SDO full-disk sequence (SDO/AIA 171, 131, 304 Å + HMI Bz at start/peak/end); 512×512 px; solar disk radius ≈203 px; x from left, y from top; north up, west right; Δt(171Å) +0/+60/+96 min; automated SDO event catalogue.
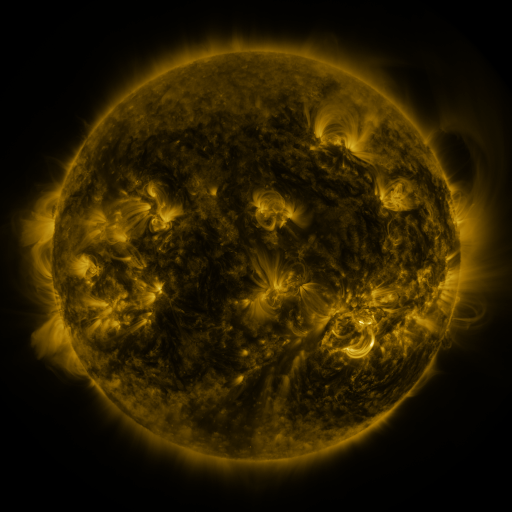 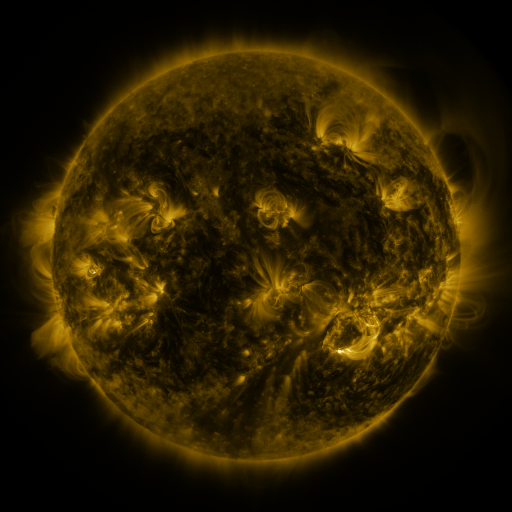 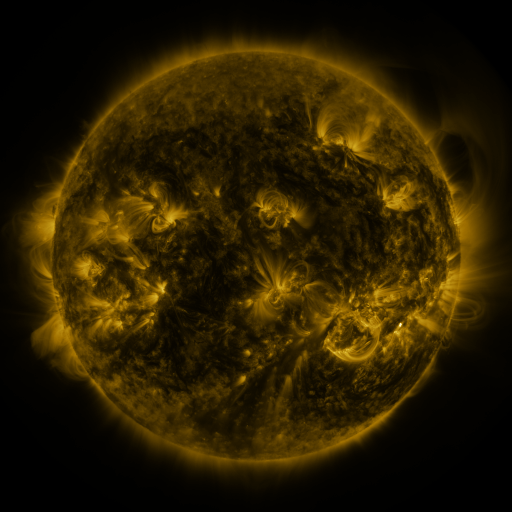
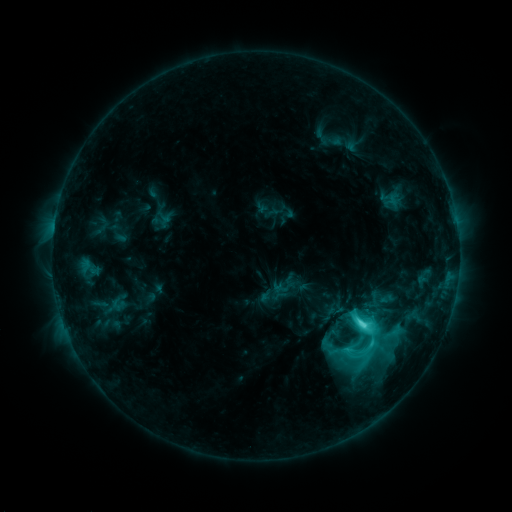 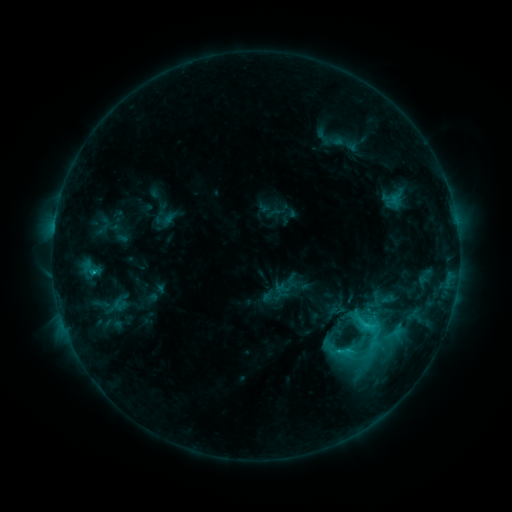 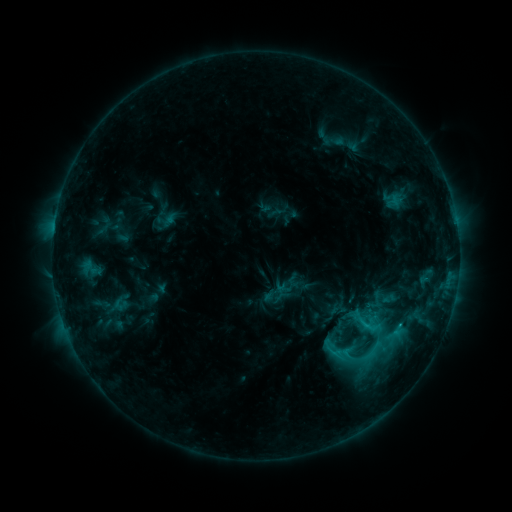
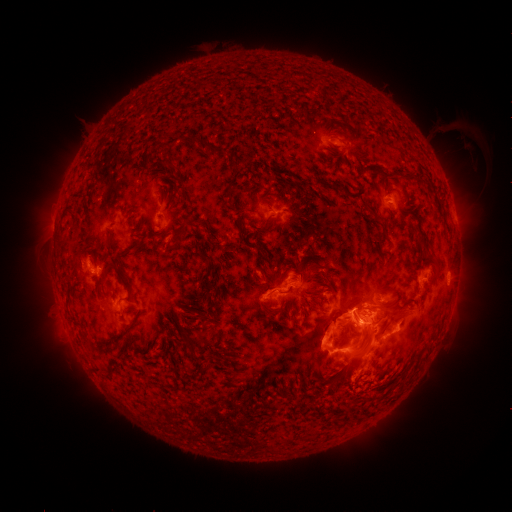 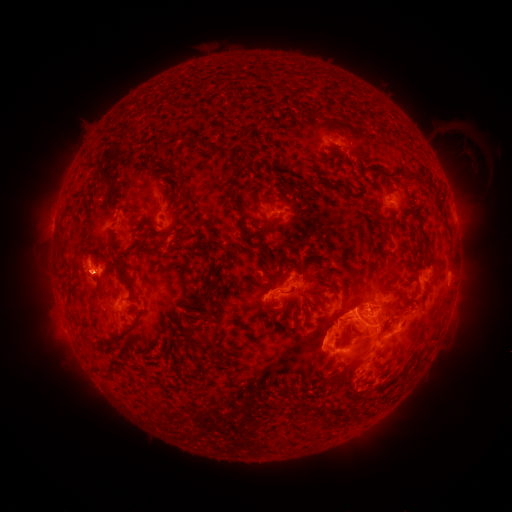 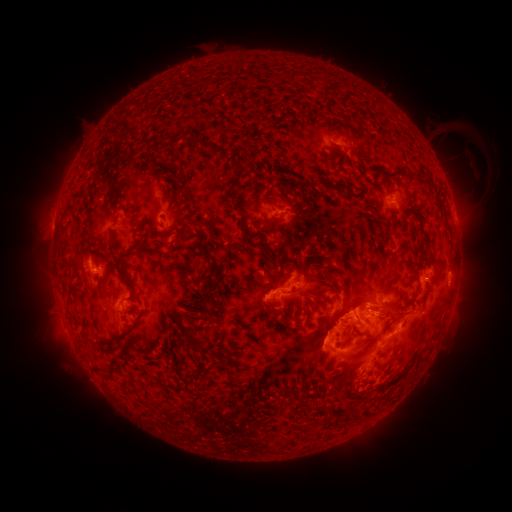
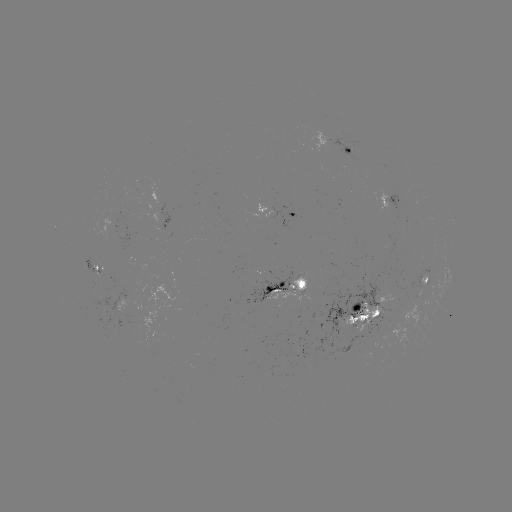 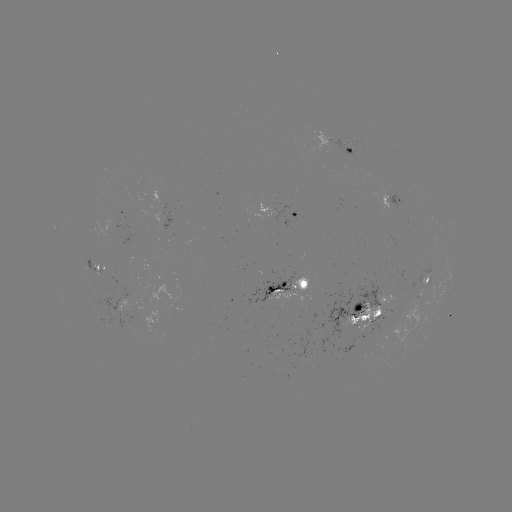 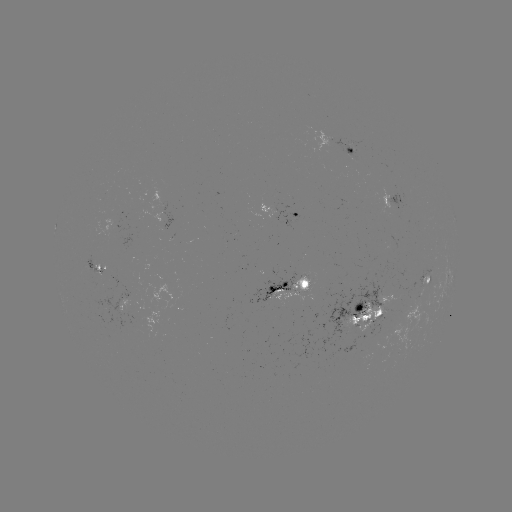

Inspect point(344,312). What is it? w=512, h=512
emerging-flux region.